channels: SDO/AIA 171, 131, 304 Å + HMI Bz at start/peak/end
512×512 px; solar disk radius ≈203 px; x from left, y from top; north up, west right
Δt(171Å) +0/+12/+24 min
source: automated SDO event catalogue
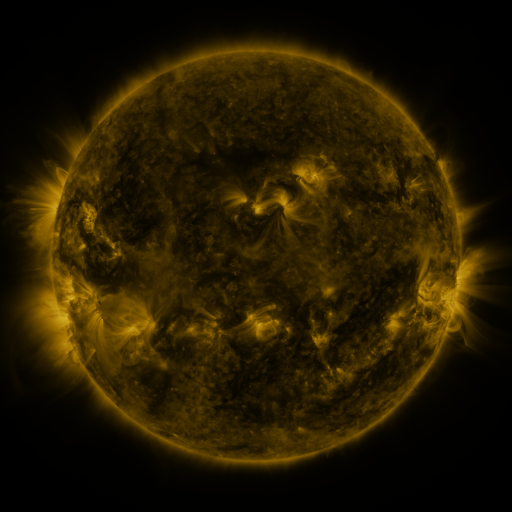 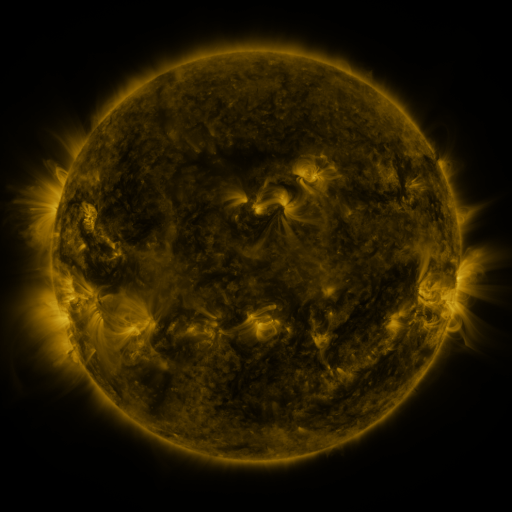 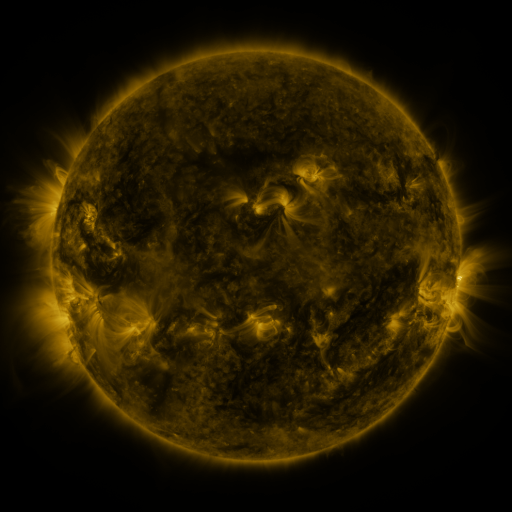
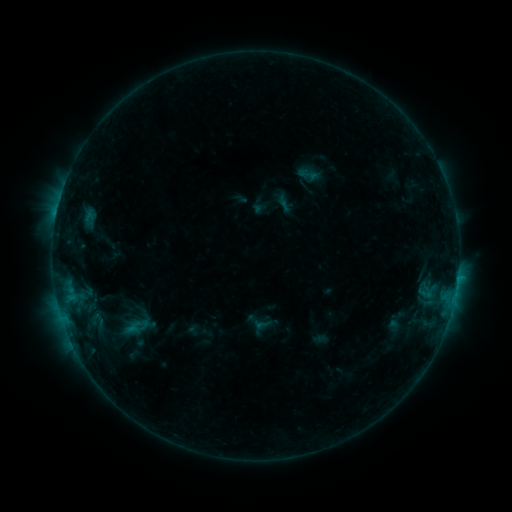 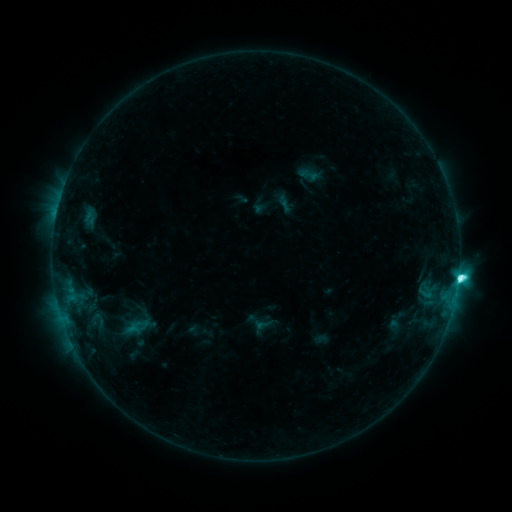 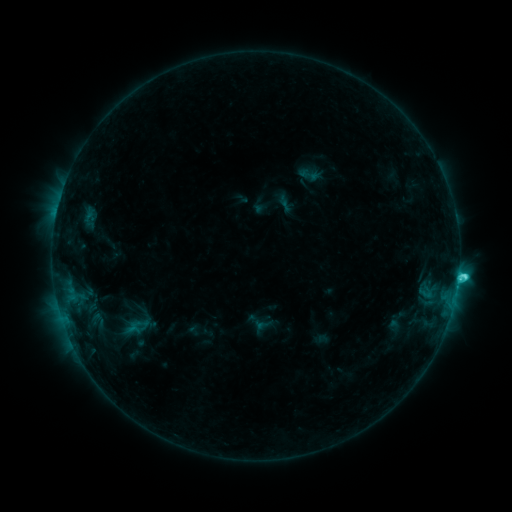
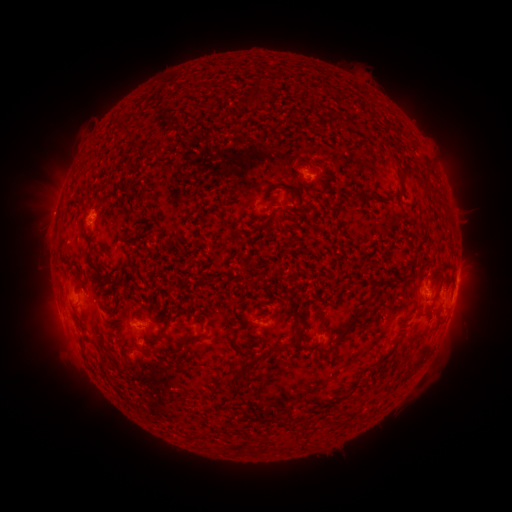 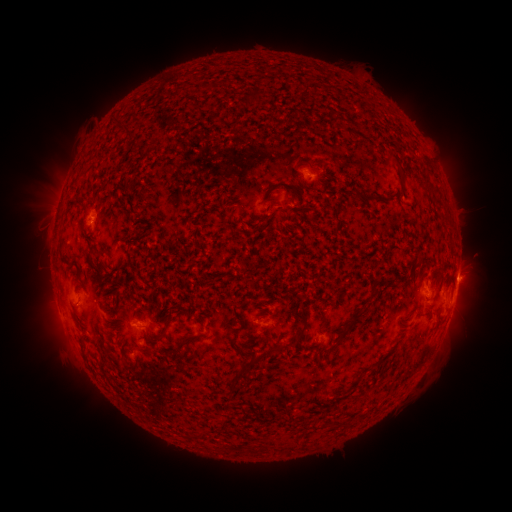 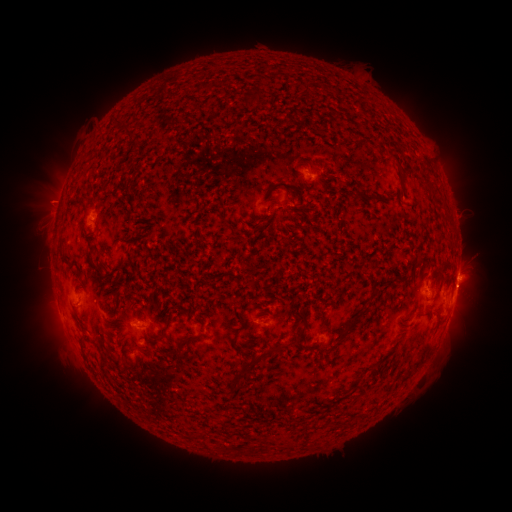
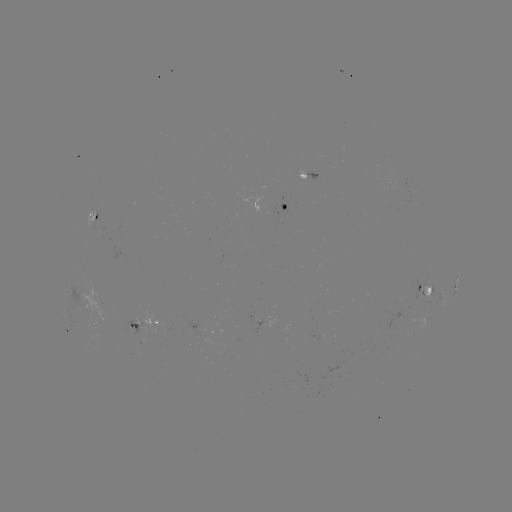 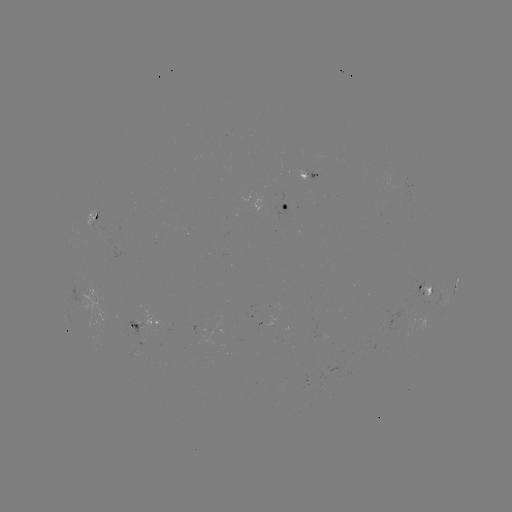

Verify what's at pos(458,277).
C6.3 flare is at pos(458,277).